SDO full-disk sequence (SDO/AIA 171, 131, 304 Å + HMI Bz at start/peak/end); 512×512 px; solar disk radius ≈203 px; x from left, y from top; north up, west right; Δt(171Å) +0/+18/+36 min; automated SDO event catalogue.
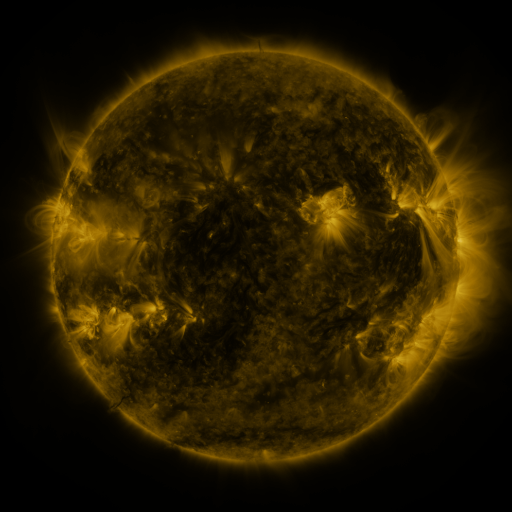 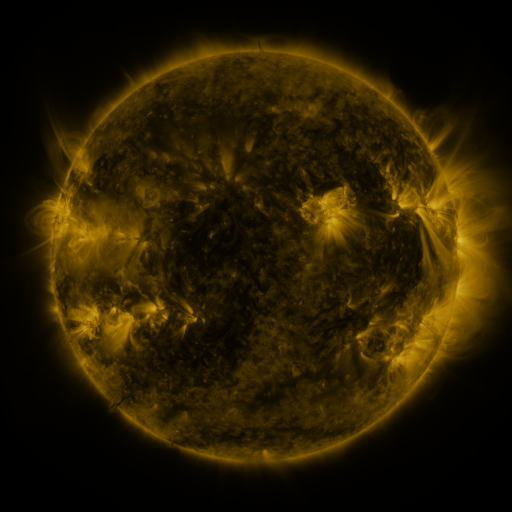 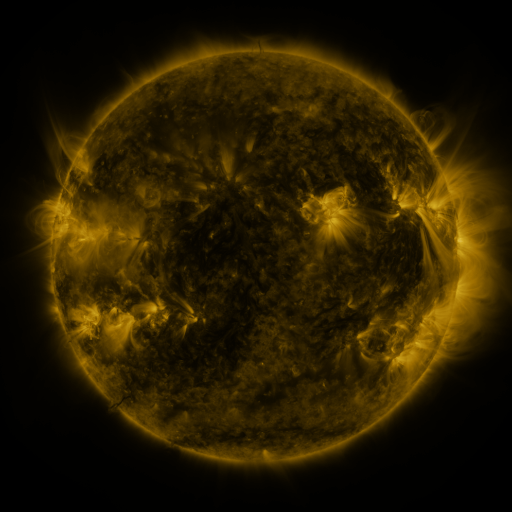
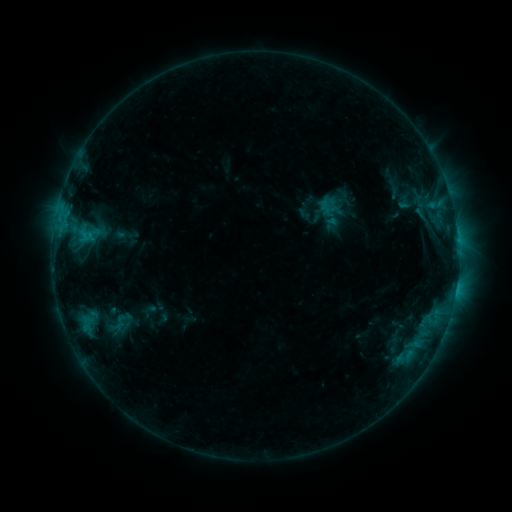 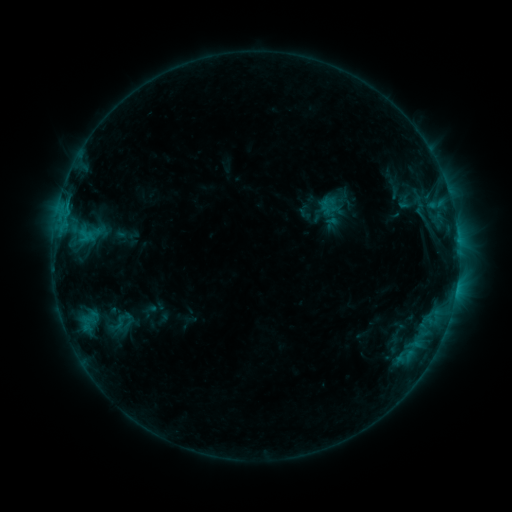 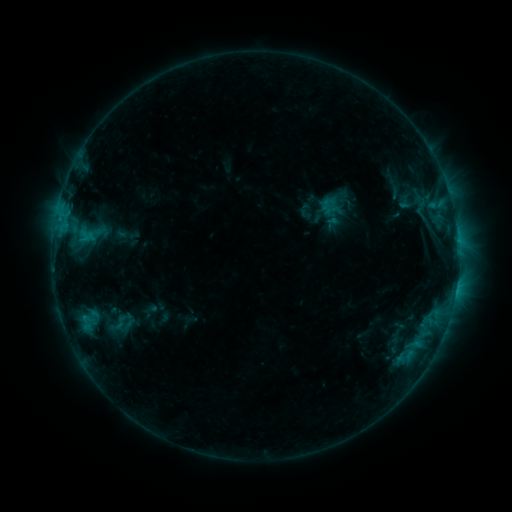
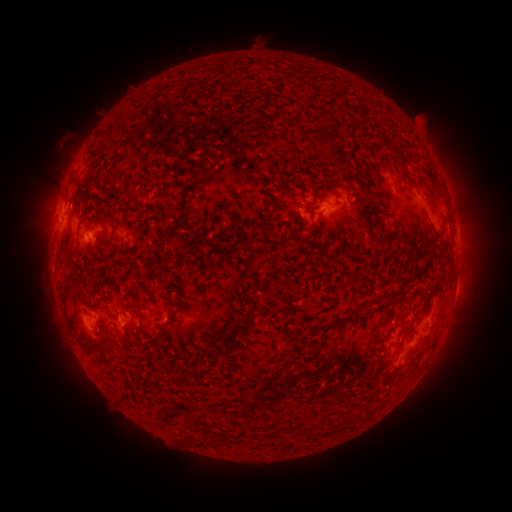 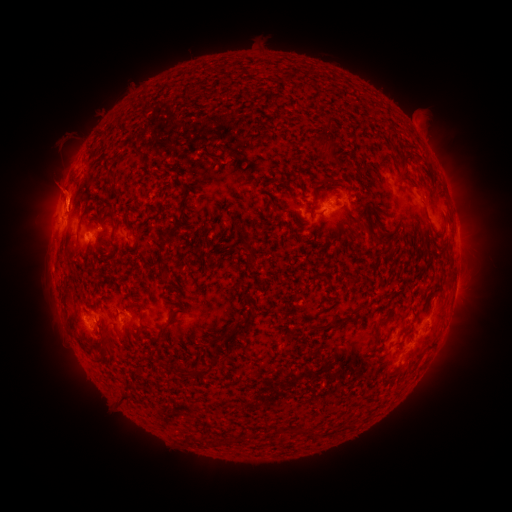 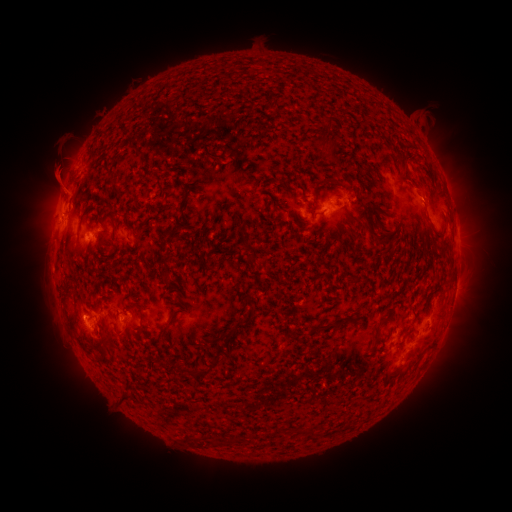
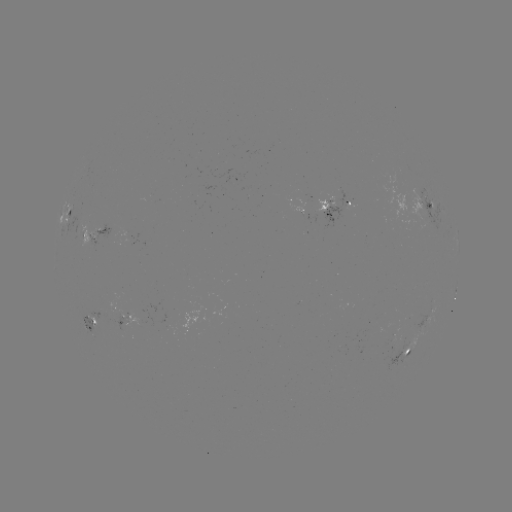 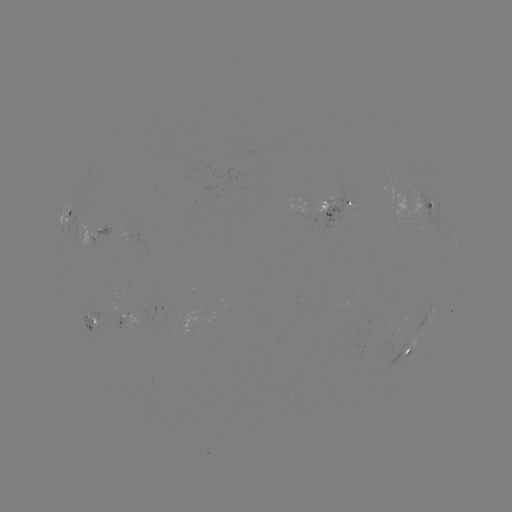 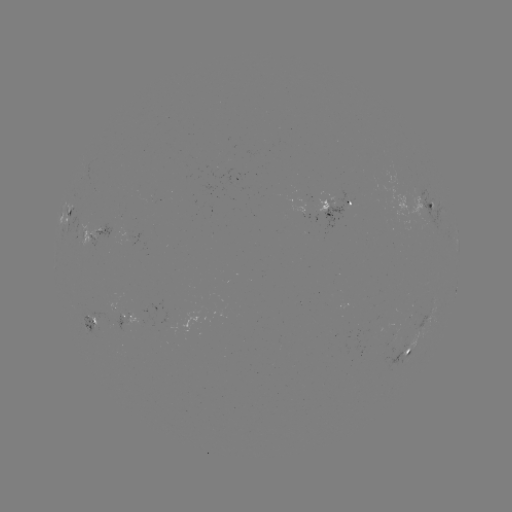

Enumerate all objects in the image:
eruption: (58, 187)
